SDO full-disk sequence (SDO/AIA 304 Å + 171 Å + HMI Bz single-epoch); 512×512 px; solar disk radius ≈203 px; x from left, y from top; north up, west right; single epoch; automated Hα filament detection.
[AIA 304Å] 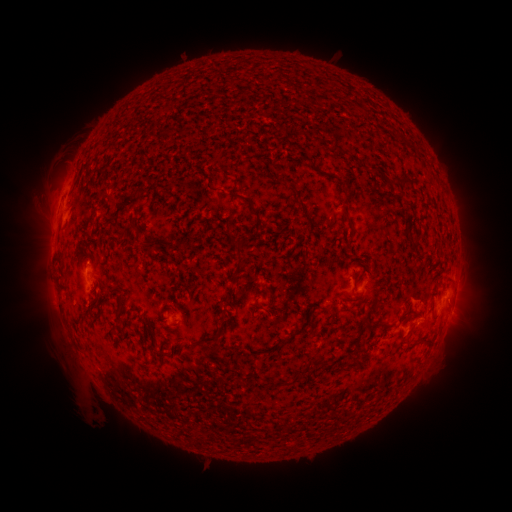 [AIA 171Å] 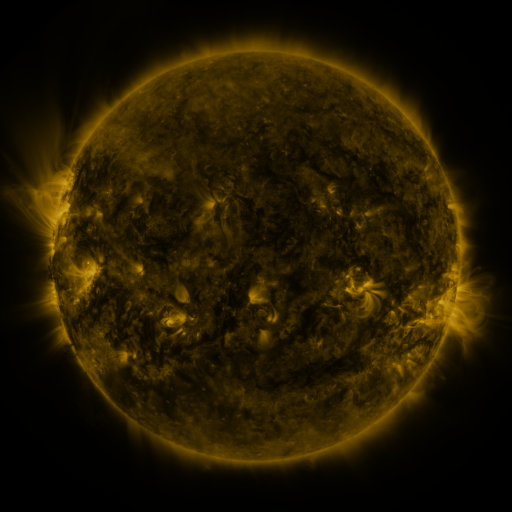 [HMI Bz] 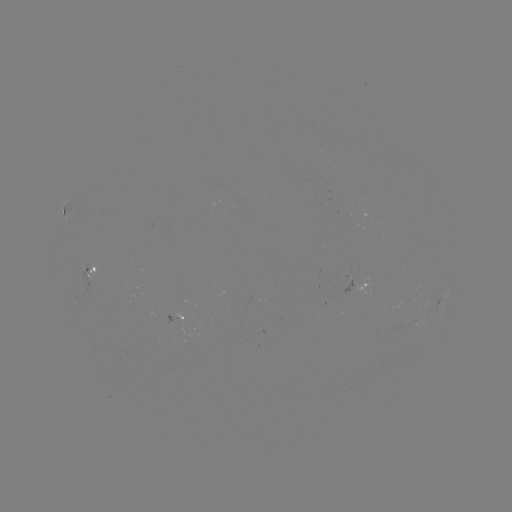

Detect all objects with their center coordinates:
filament: (233, 197)
filament: (254, 210)
filament: (348, 220)
filament: (150, 242)
